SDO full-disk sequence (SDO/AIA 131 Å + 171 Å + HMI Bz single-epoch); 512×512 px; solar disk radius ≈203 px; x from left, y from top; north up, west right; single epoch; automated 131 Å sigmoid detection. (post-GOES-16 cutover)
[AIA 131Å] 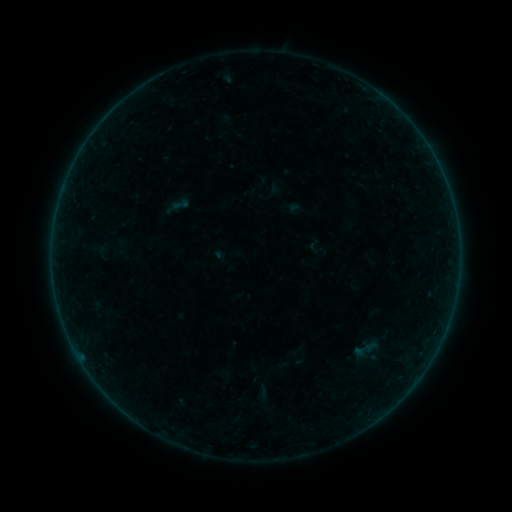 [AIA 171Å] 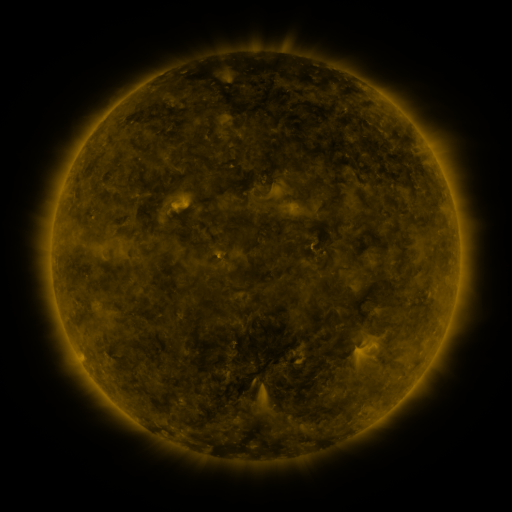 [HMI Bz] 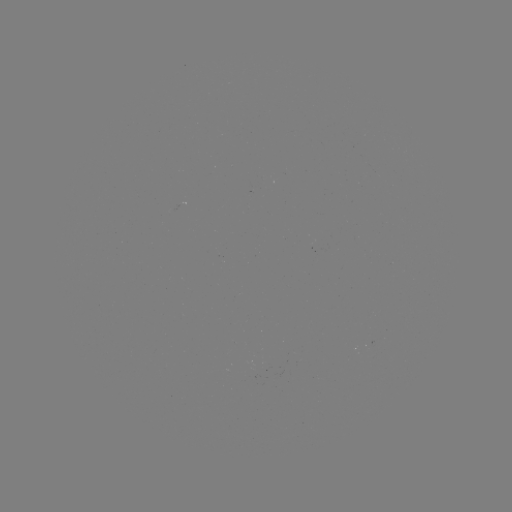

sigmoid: <bbox>171, 195, 190, 214</bbox>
